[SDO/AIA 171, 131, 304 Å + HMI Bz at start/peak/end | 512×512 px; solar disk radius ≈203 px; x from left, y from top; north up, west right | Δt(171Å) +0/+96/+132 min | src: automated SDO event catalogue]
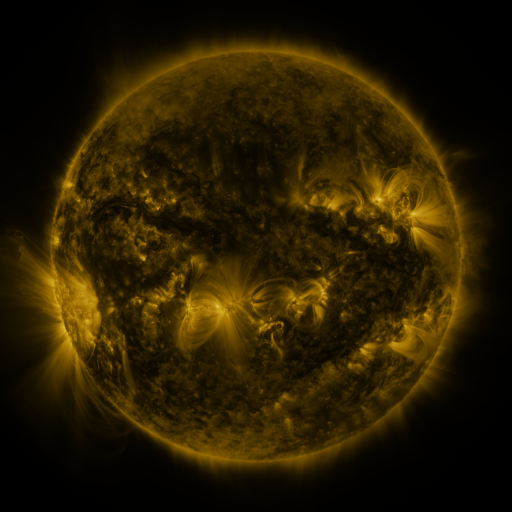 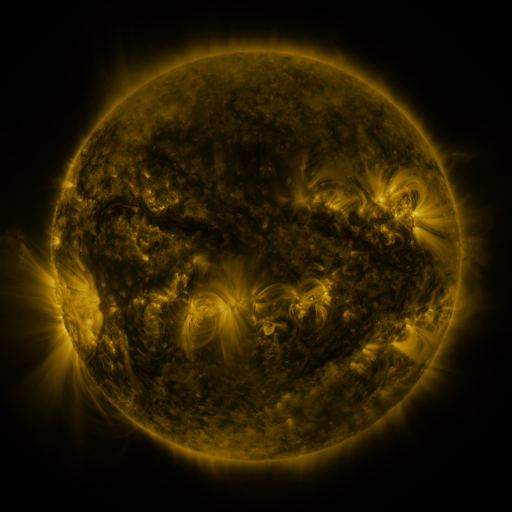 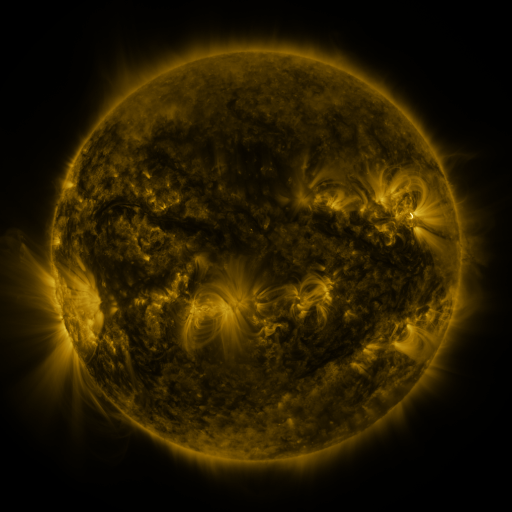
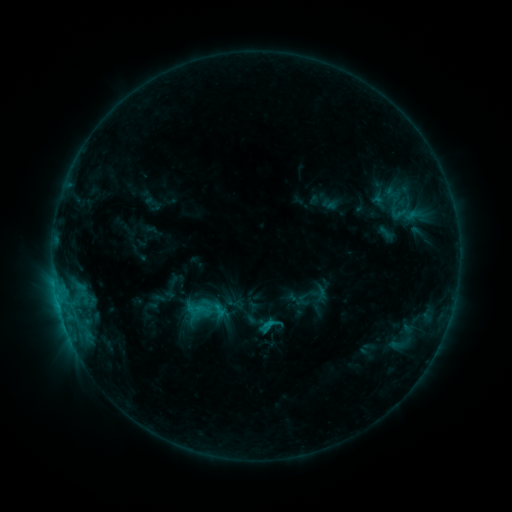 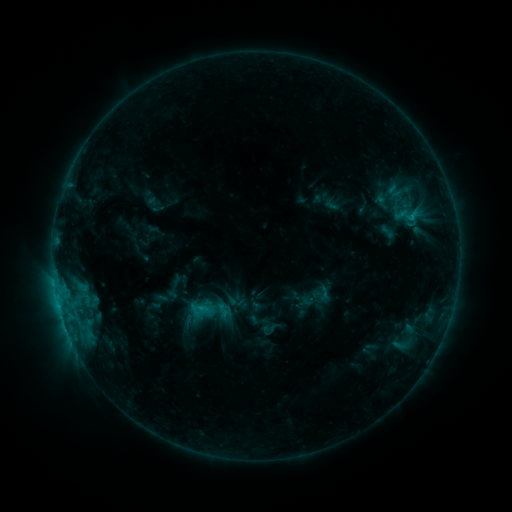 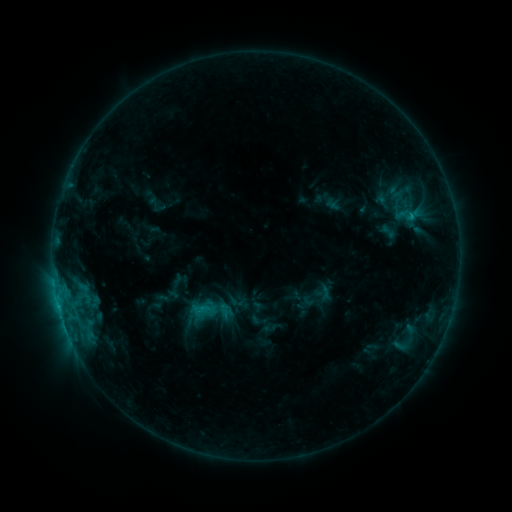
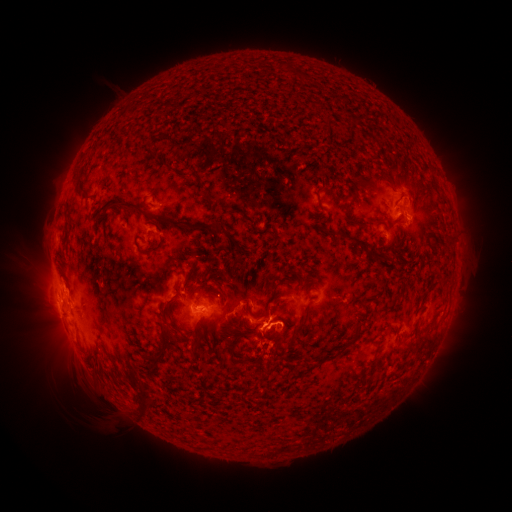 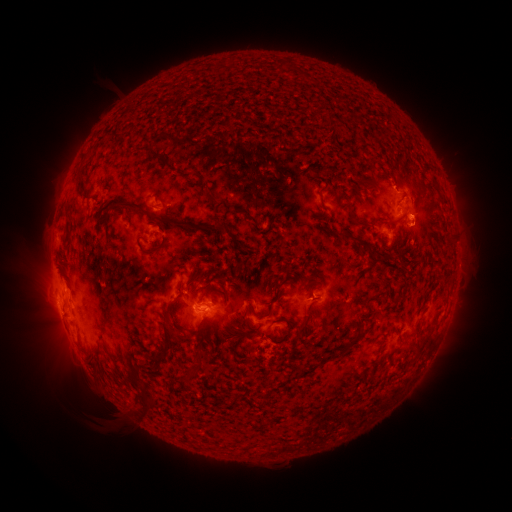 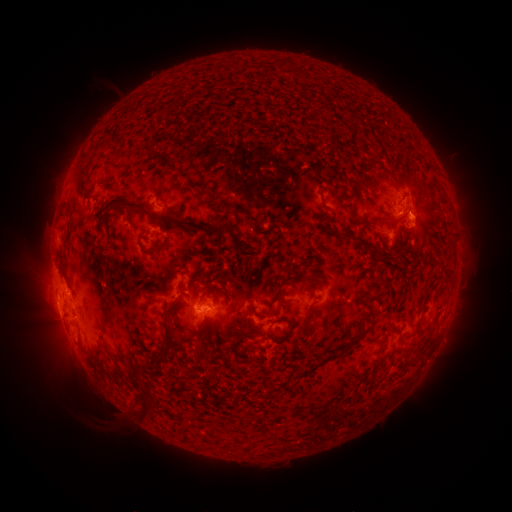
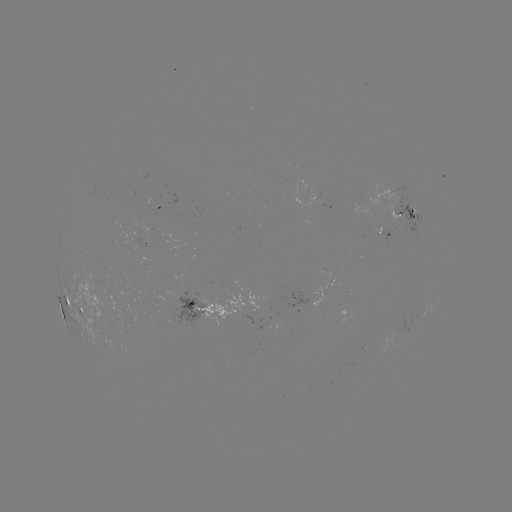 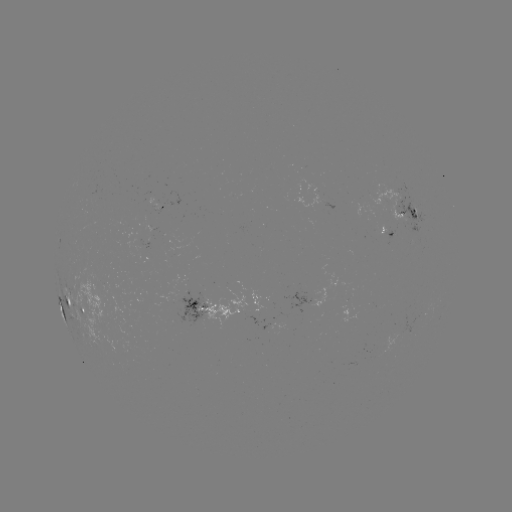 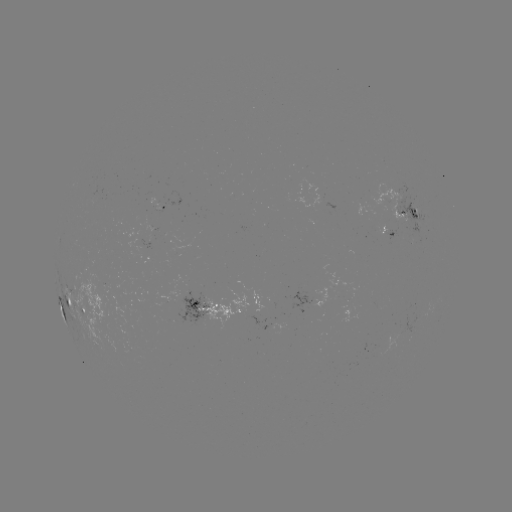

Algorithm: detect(emerging-flux region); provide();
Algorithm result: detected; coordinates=(411, 227)